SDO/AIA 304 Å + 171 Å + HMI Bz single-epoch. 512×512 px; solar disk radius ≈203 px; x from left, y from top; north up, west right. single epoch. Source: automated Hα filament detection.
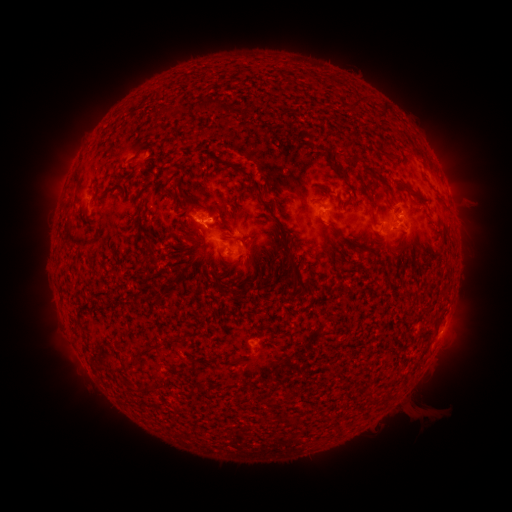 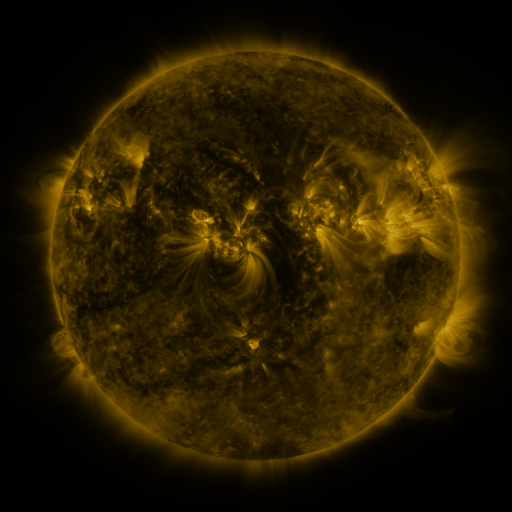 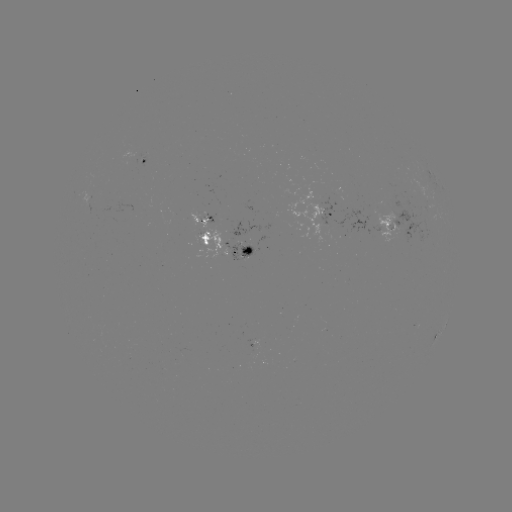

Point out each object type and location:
filament: (357, 103)
filament: (208, 104)
filament: (385, 108)
filament: (228, 111)
filament: (77, 177)
filament: (414, 193)
filament: (259, 198)
filament: (377, 208)
filament: (331, 226)
filament: (280, 243)
filament: (353, 244)
filament: (339, 248)
filament: (150, 255)
filament: (293, 258)
filament: (266, 275)
filament: (151, 349)
filament: (234, 358)
filament: (152, 387)
